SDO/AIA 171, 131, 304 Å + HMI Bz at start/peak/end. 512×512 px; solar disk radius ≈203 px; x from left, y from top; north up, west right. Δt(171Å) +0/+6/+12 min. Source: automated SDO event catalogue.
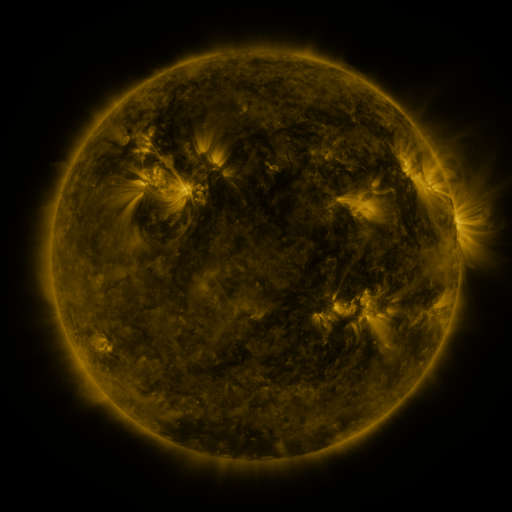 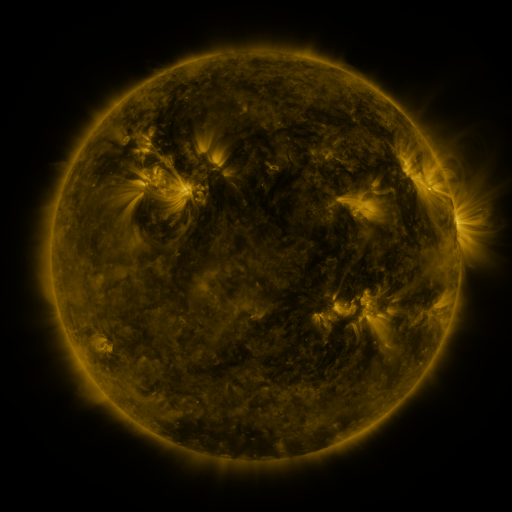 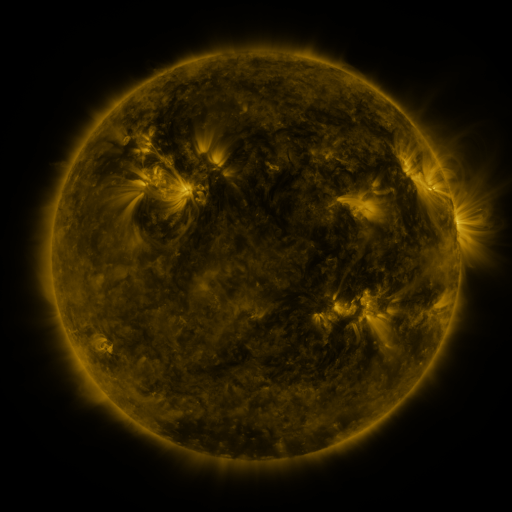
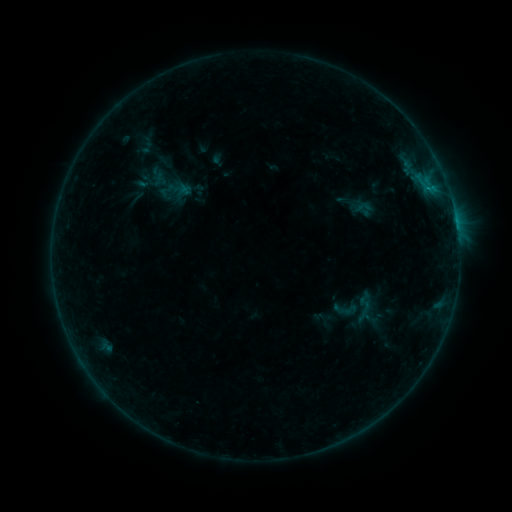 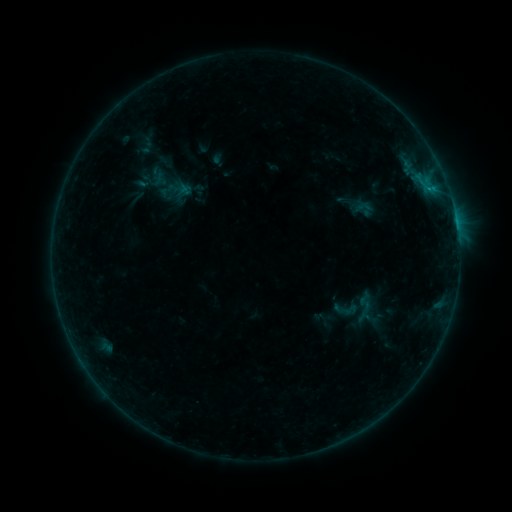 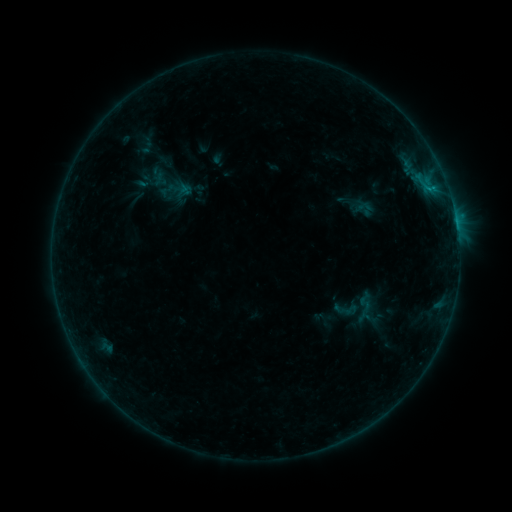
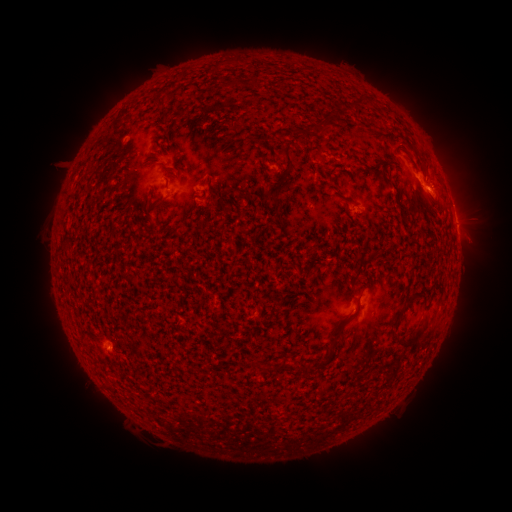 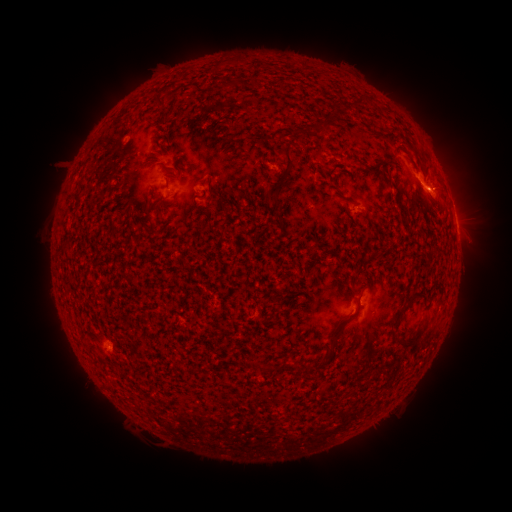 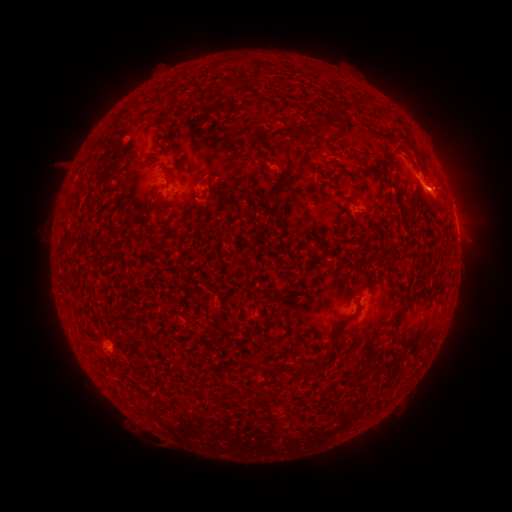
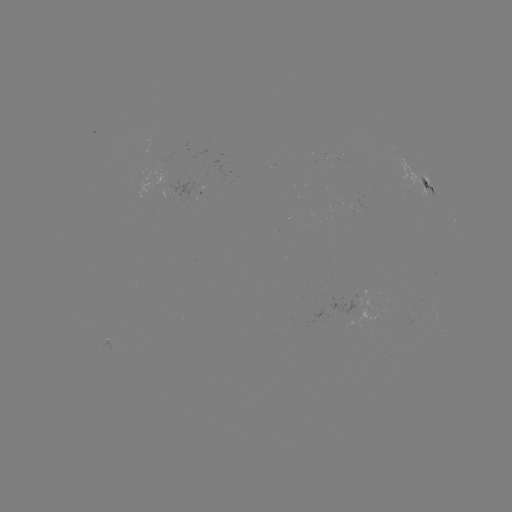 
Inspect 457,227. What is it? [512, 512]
B5.6 flare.